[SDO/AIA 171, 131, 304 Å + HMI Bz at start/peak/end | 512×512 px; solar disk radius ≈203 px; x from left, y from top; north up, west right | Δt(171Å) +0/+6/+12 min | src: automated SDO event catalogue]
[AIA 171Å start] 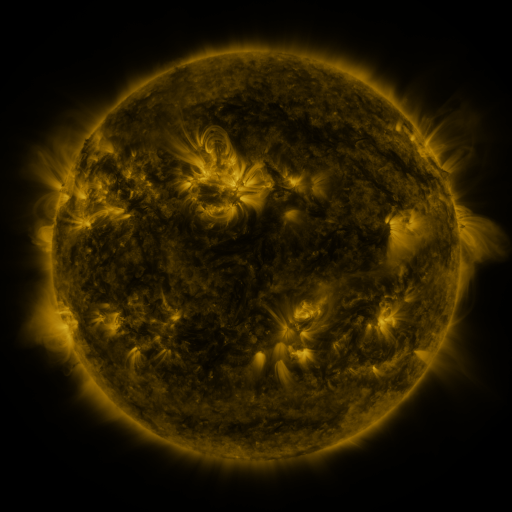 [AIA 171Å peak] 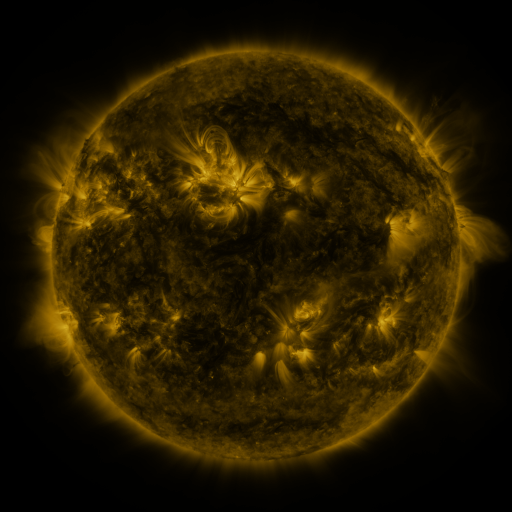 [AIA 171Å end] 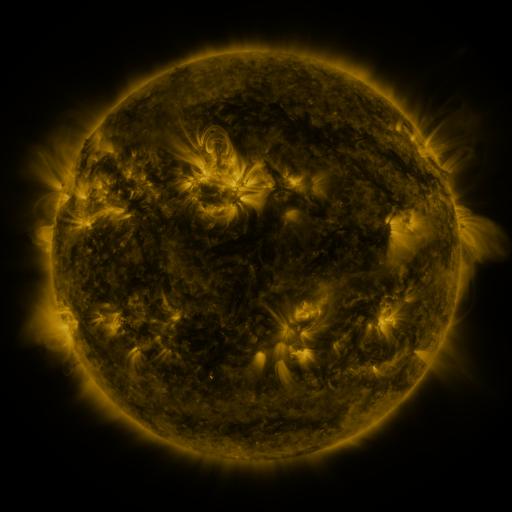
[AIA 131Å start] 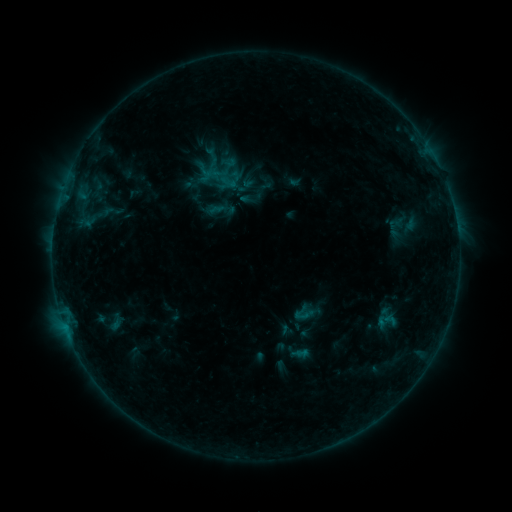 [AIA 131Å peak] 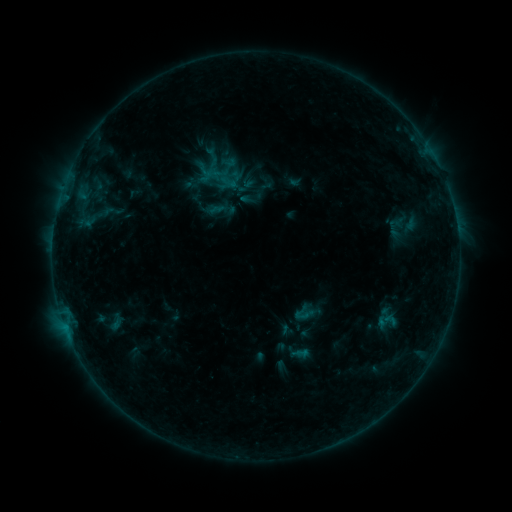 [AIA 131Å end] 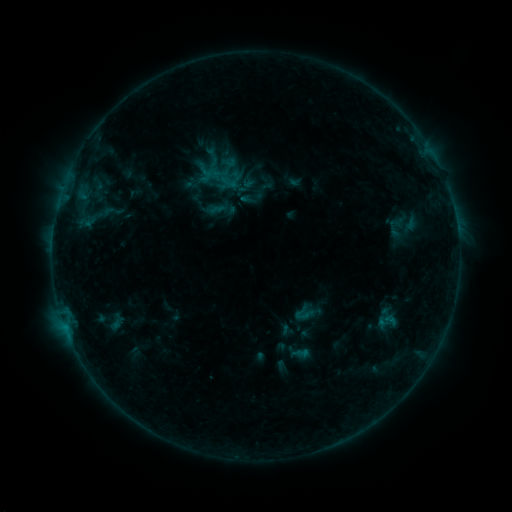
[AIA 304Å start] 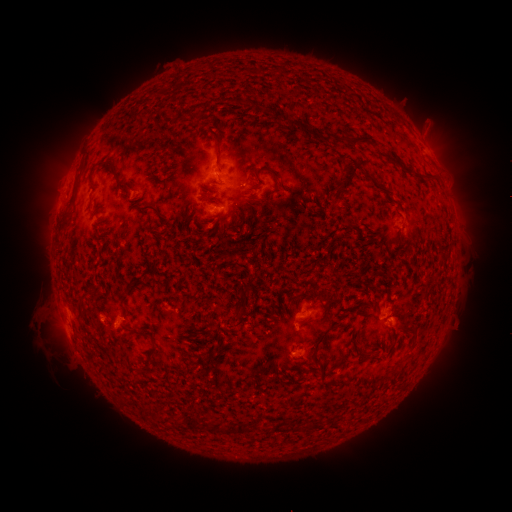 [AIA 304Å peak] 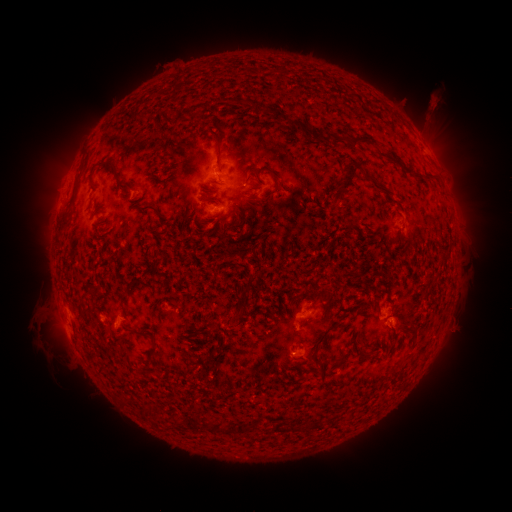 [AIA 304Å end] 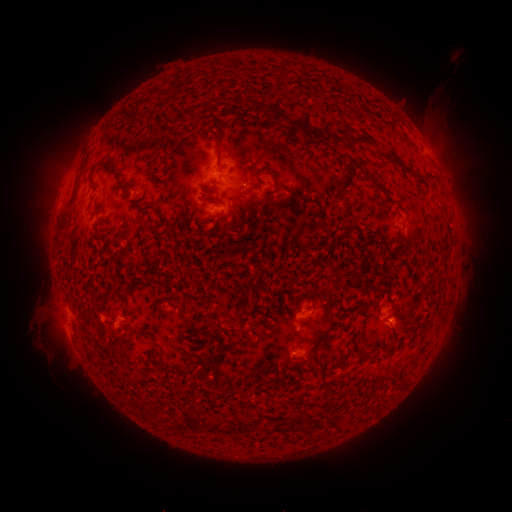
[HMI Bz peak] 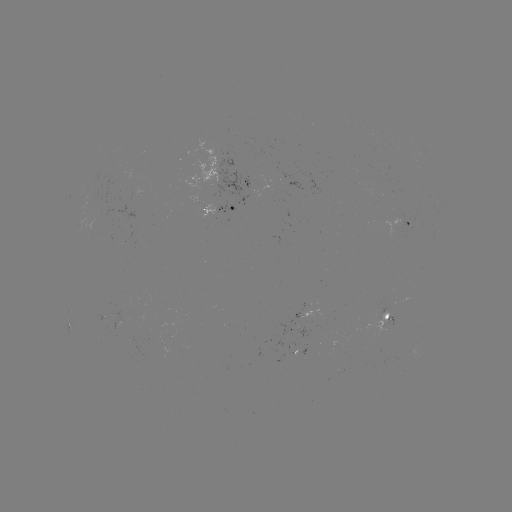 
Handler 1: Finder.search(eruption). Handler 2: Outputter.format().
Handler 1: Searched eruption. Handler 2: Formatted (434, 112).